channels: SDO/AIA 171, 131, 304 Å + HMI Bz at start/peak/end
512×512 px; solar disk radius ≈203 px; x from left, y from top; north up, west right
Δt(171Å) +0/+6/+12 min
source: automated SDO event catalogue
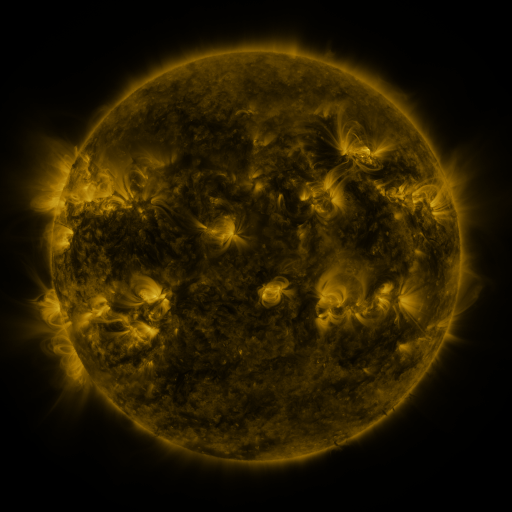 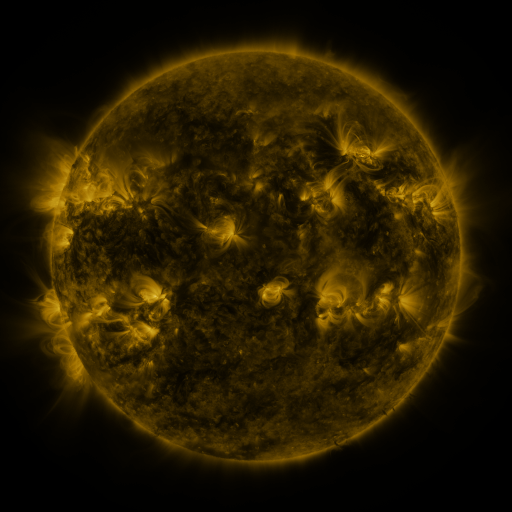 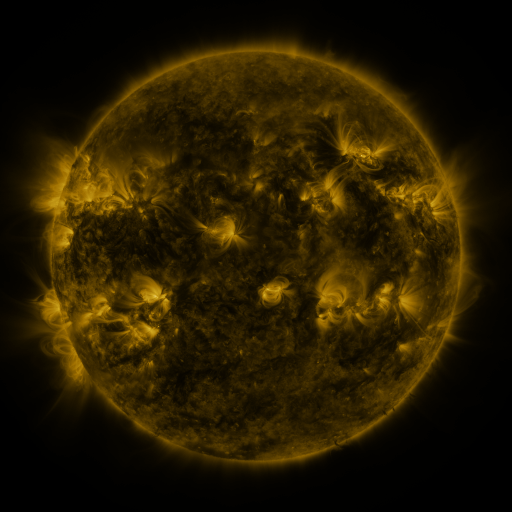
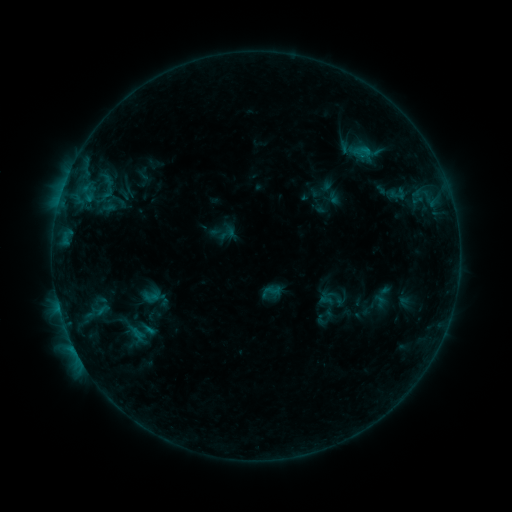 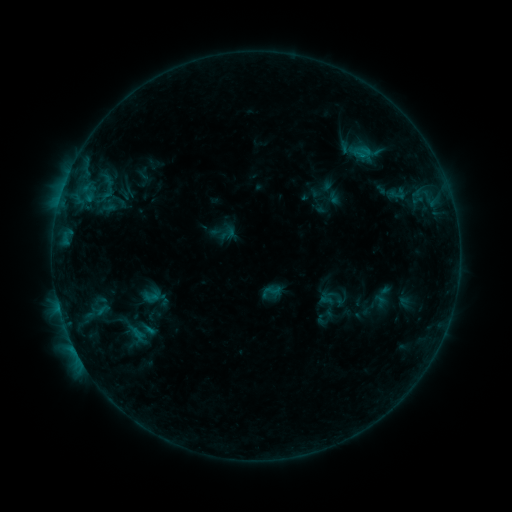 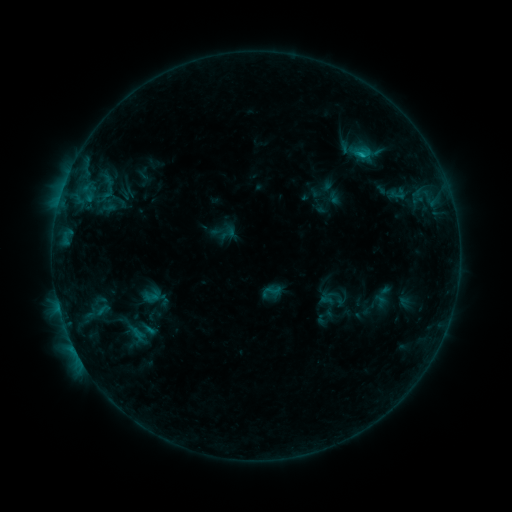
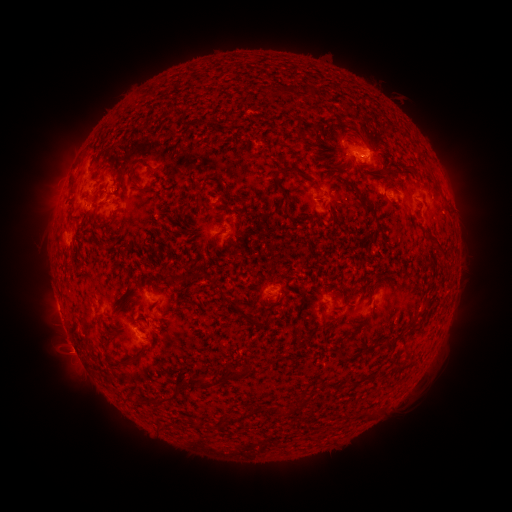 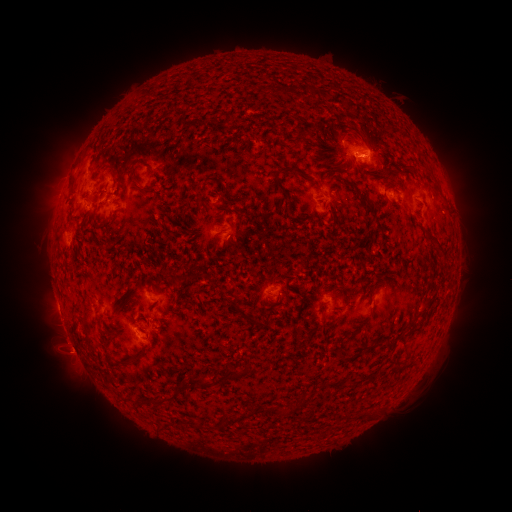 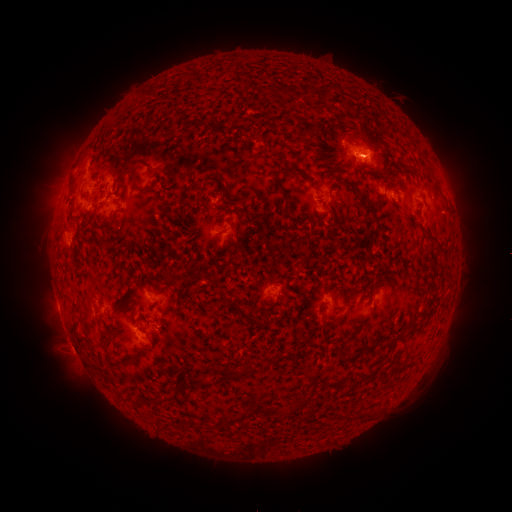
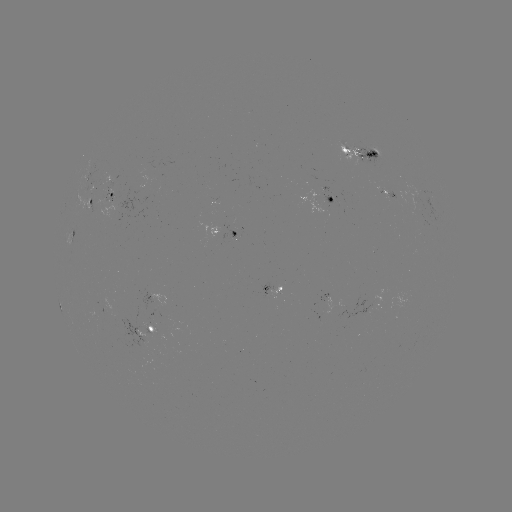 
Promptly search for B8.2 flare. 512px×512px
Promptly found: (59, 308).